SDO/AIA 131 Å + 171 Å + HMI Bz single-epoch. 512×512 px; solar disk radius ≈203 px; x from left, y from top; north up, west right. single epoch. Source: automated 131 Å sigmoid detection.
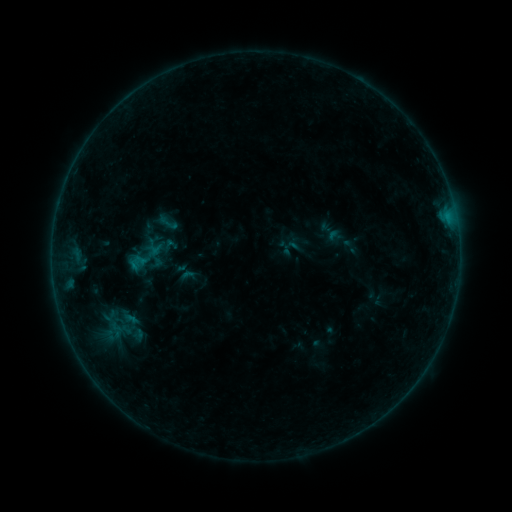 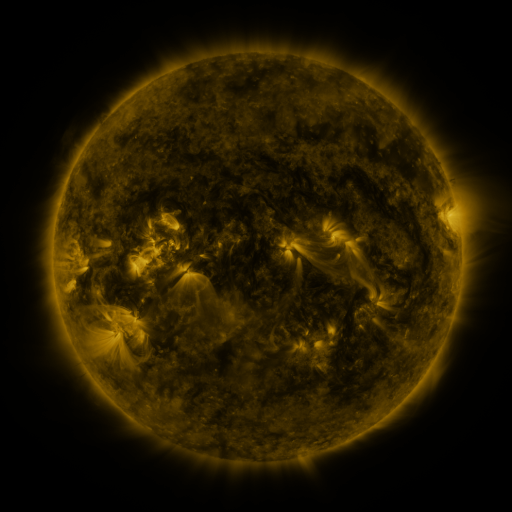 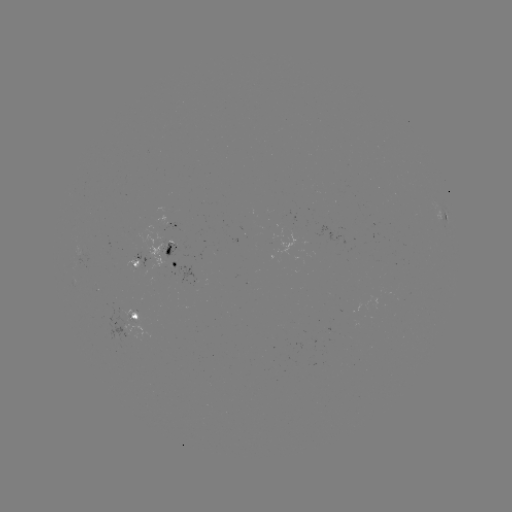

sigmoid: (156, 209, 179, 235)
